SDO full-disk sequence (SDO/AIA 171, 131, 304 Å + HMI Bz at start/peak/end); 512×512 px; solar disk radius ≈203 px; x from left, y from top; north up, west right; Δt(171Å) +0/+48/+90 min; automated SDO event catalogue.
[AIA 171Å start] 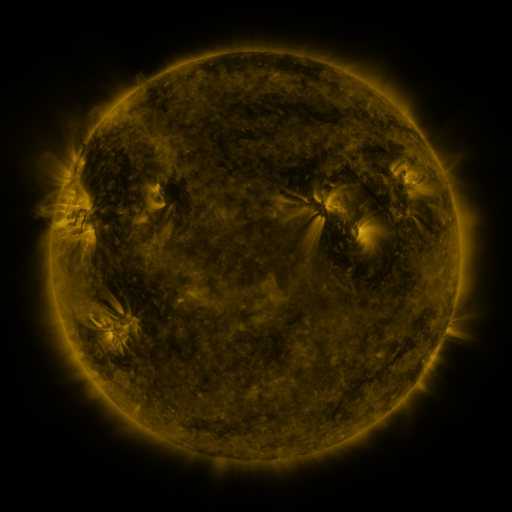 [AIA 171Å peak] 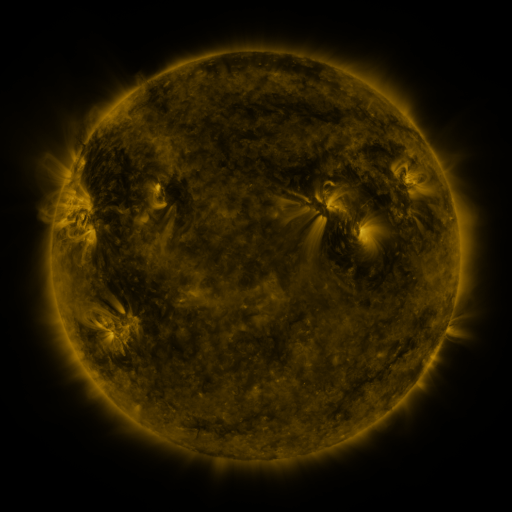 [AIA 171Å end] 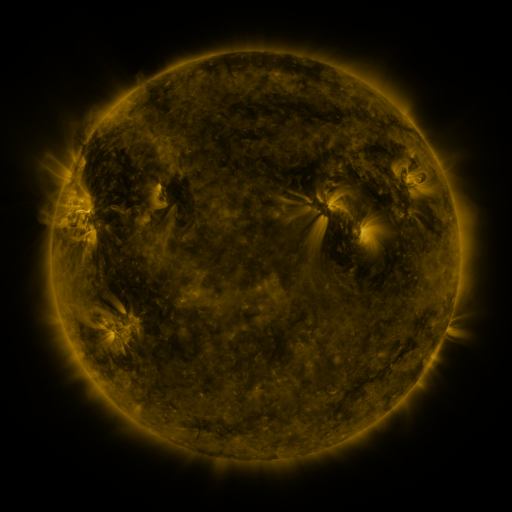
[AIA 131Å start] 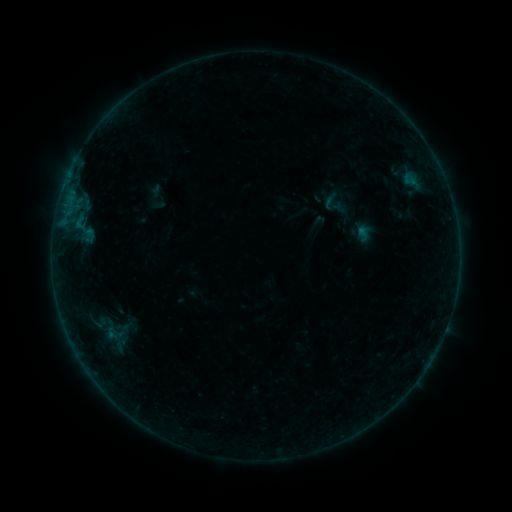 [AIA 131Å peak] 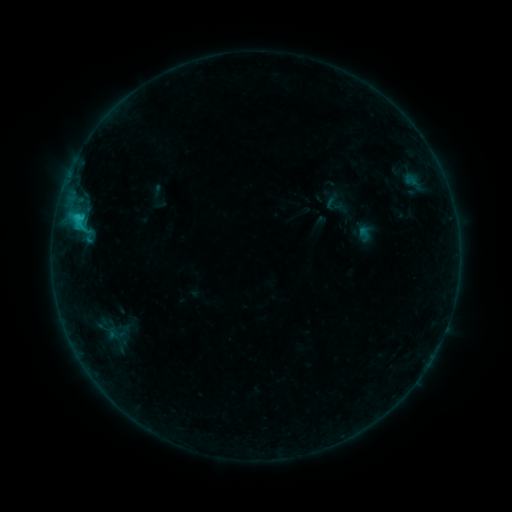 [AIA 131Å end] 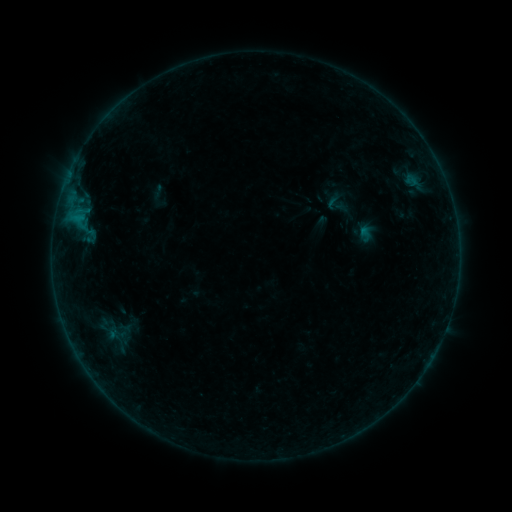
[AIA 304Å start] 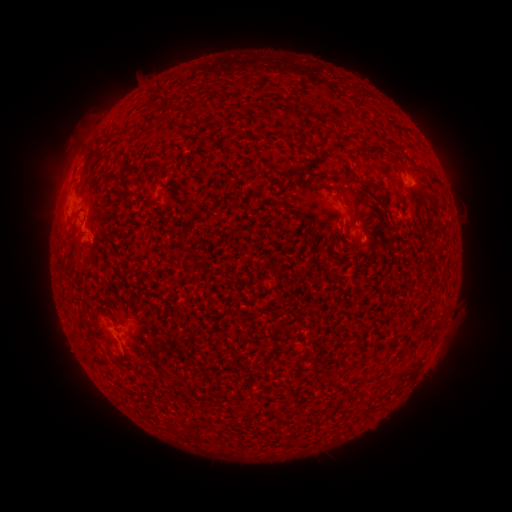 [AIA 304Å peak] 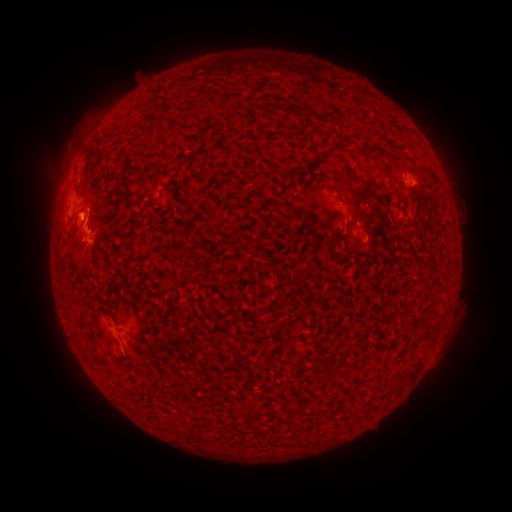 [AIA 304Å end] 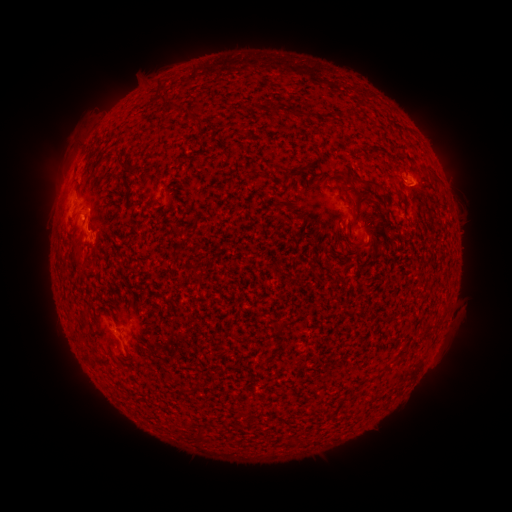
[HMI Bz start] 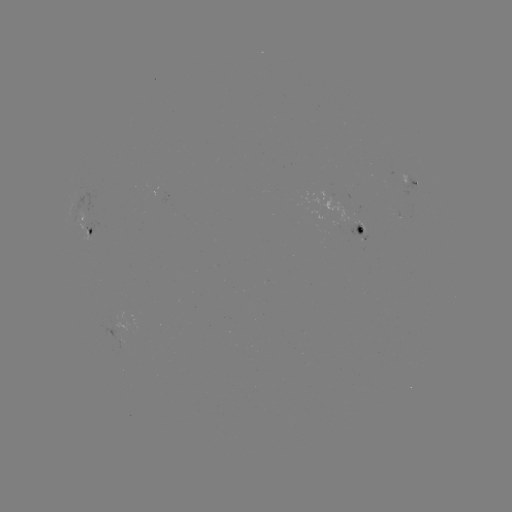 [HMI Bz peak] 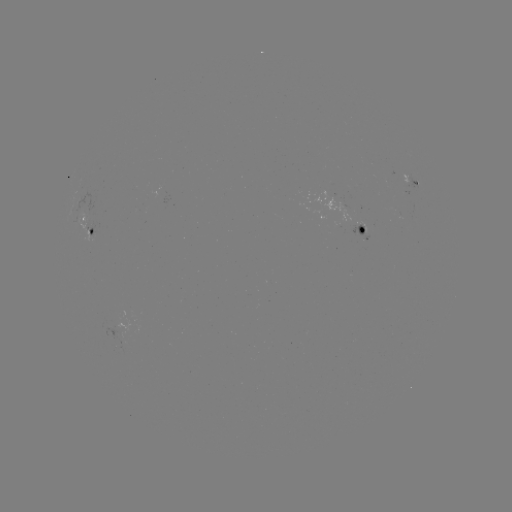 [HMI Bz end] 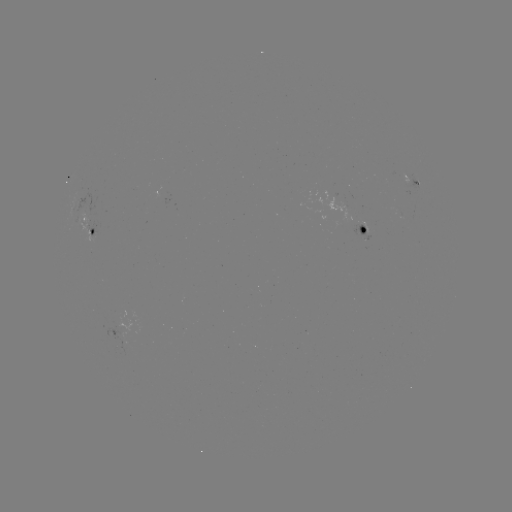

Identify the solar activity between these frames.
C1.3 flare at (70, 199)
